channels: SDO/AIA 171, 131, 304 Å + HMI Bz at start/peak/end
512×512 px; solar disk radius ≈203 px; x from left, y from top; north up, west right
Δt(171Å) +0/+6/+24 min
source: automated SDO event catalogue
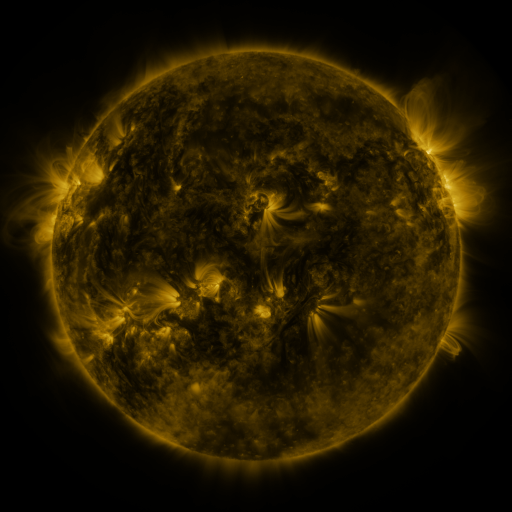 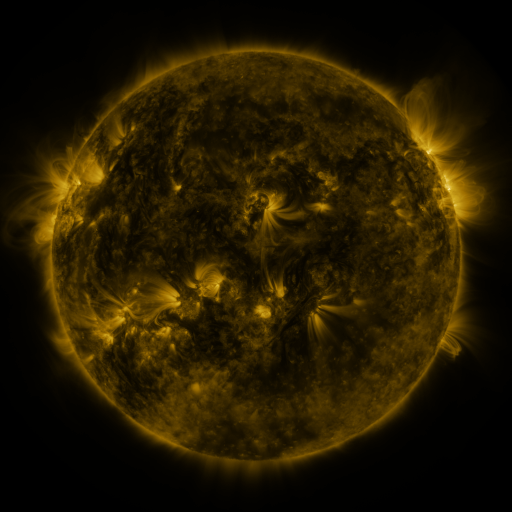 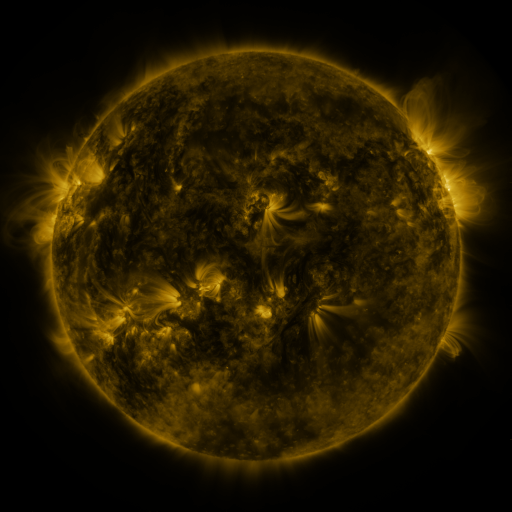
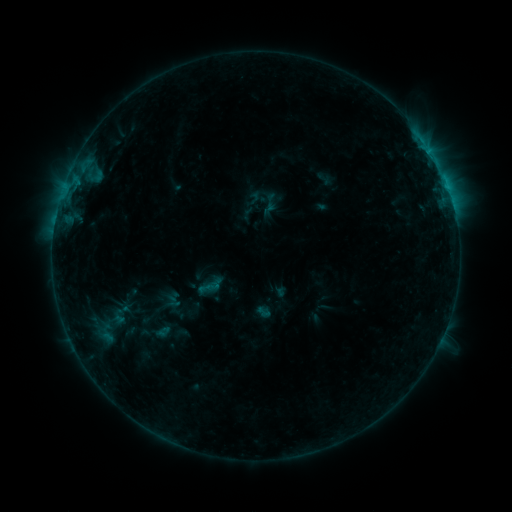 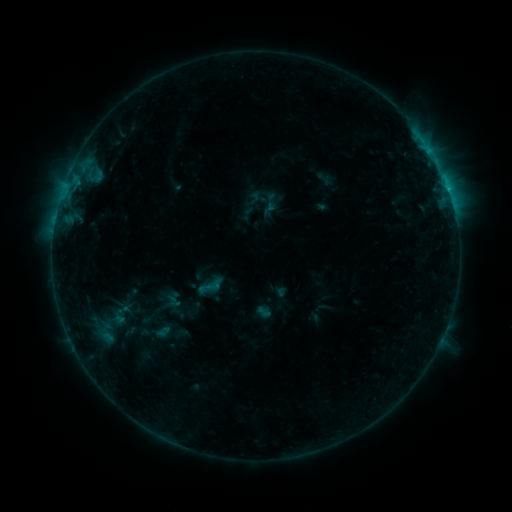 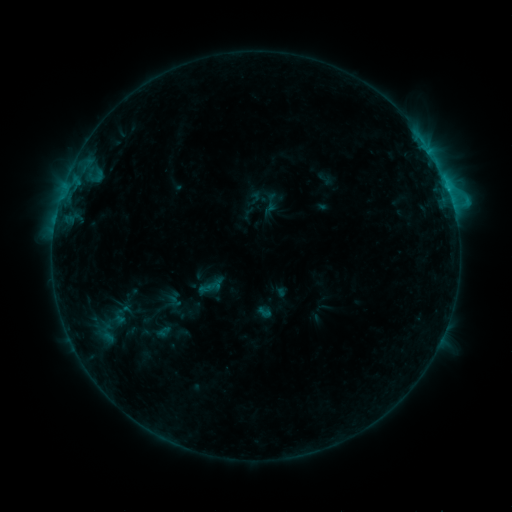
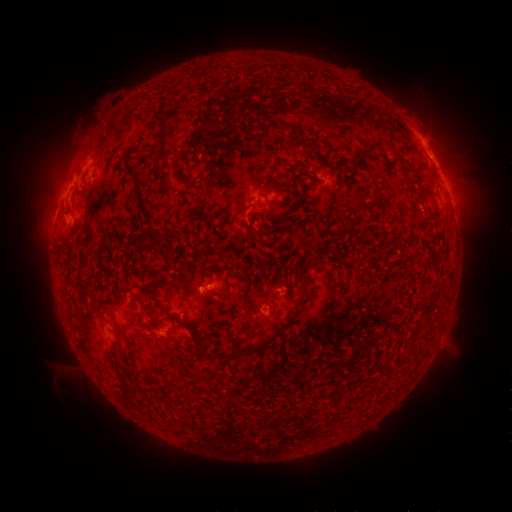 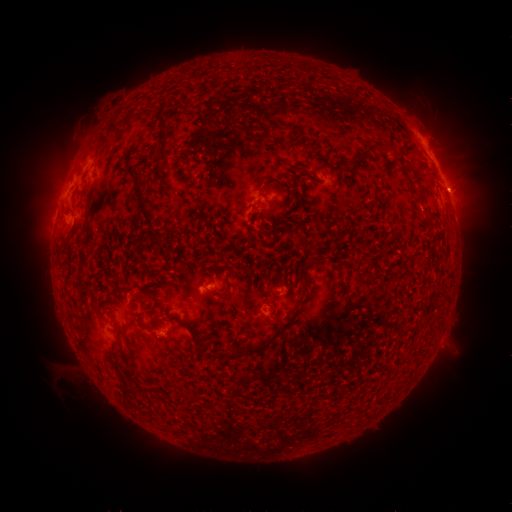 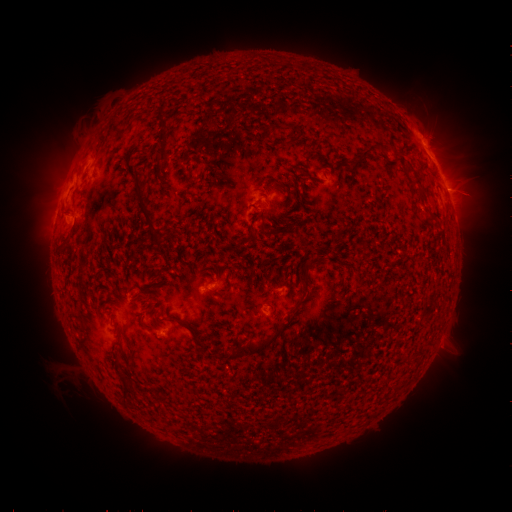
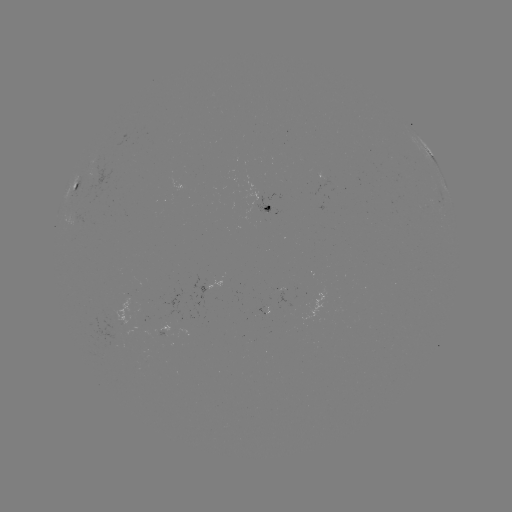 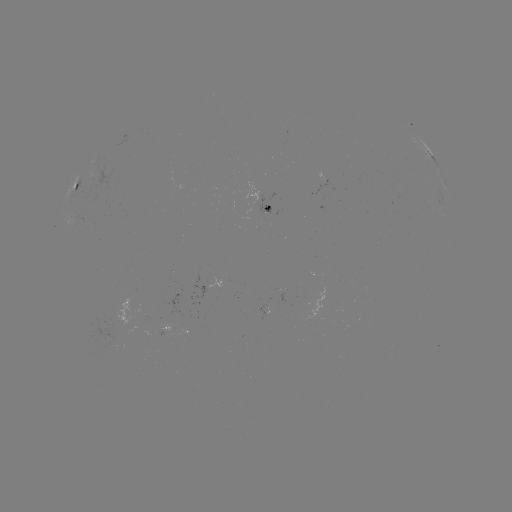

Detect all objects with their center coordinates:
C1.4 flare: (447, 189)
